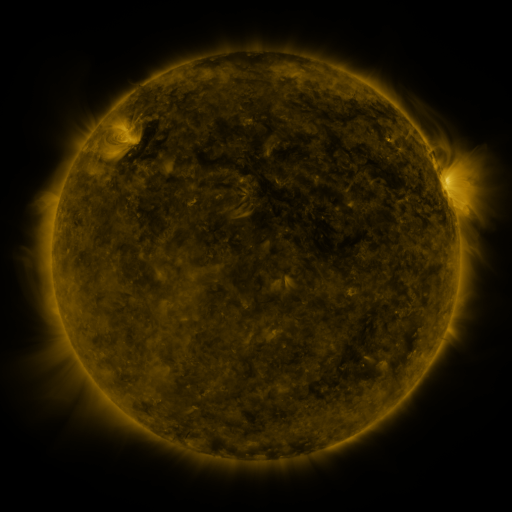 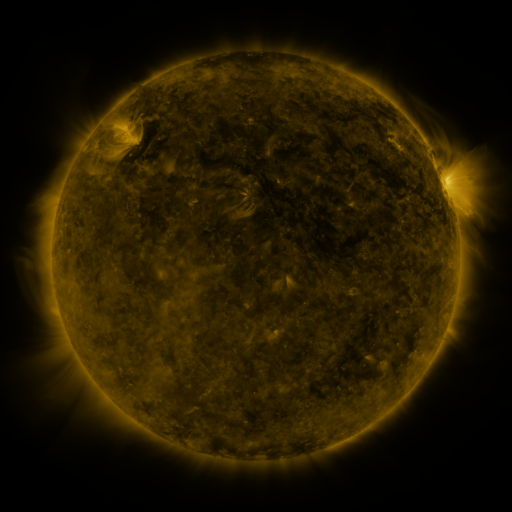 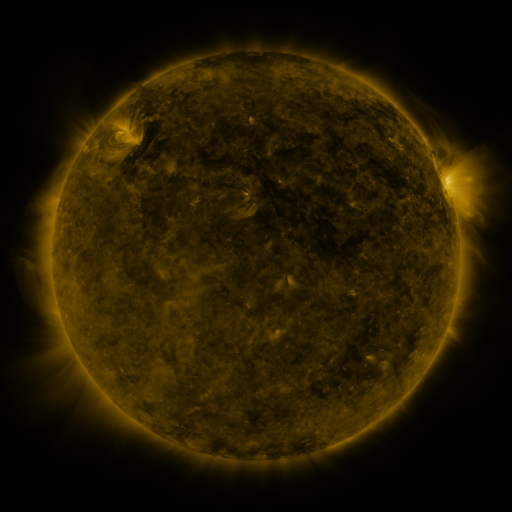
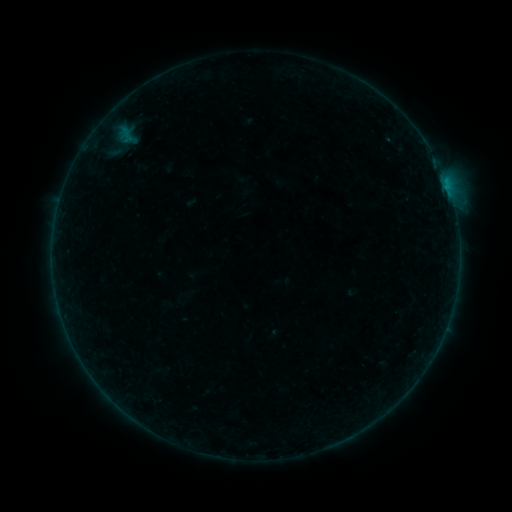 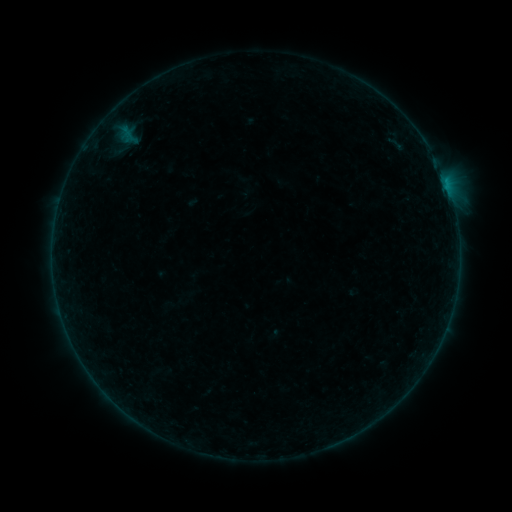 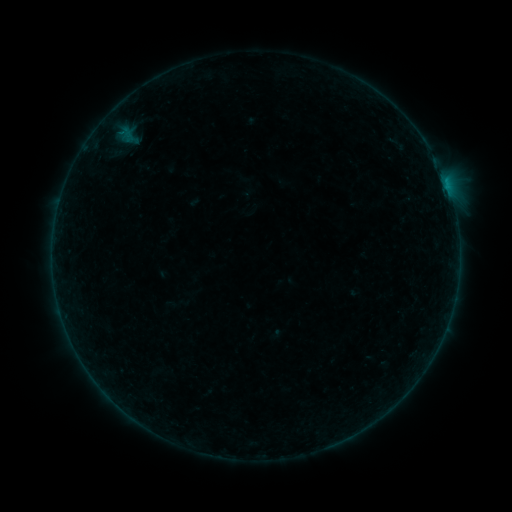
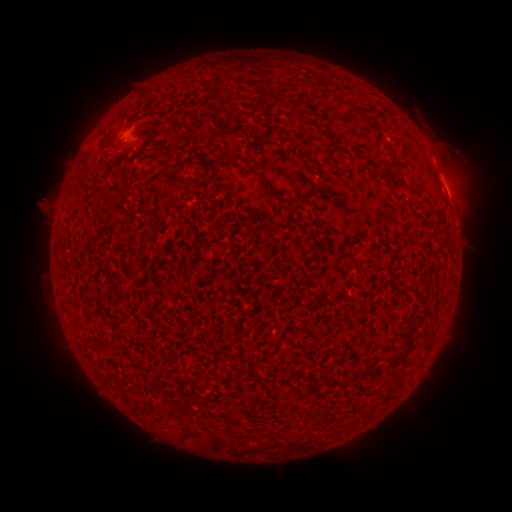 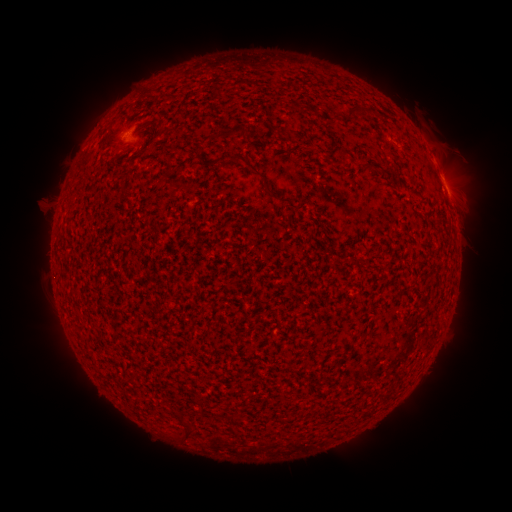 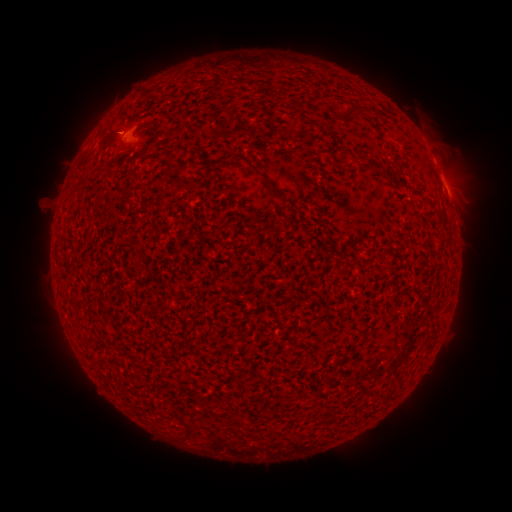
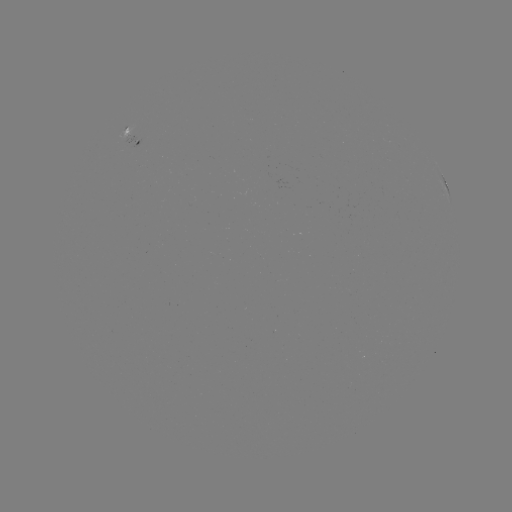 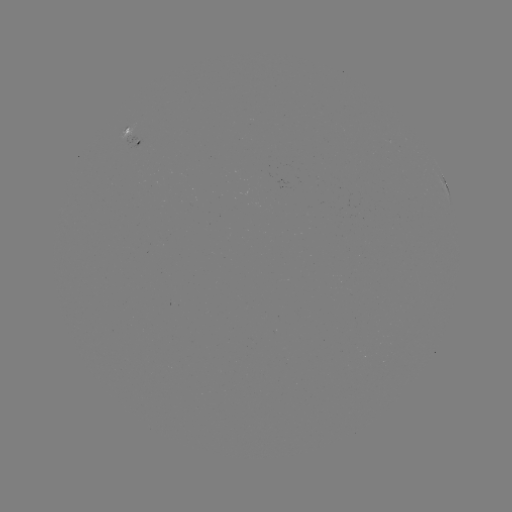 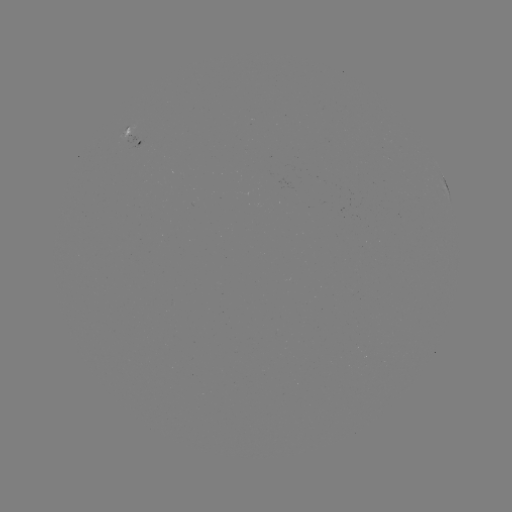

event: filament eruption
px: (398, 137)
